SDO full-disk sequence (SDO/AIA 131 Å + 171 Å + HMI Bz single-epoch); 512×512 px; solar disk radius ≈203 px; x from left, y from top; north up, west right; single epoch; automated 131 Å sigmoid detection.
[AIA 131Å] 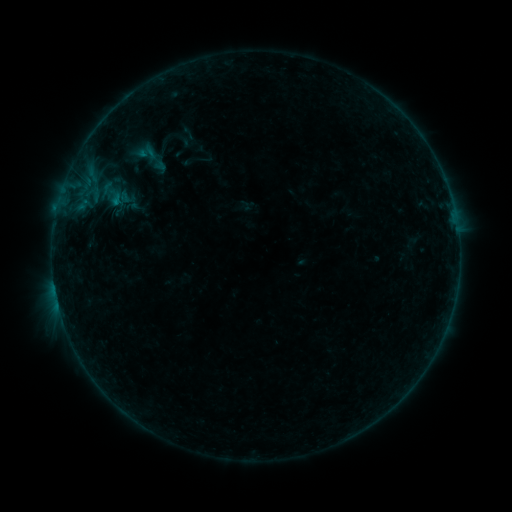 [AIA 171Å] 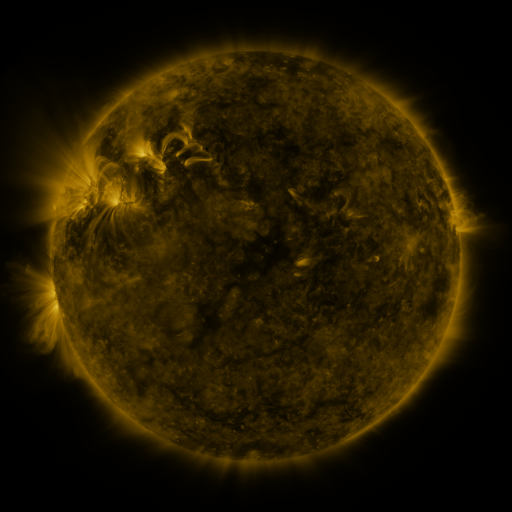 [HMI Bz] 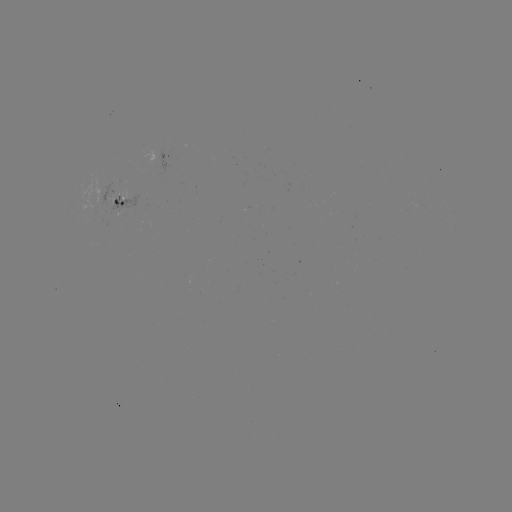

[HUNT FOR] sigmoid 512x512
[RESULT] (144, 155)